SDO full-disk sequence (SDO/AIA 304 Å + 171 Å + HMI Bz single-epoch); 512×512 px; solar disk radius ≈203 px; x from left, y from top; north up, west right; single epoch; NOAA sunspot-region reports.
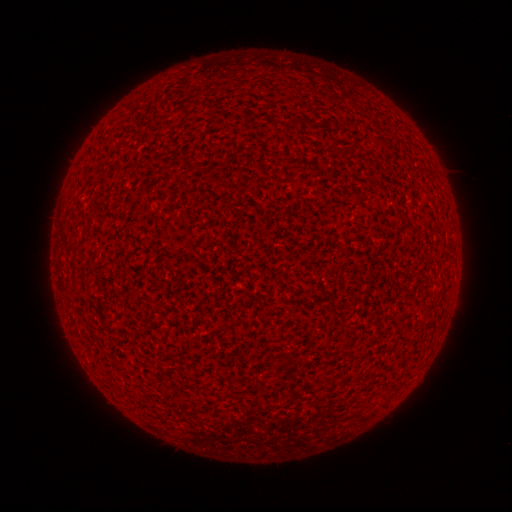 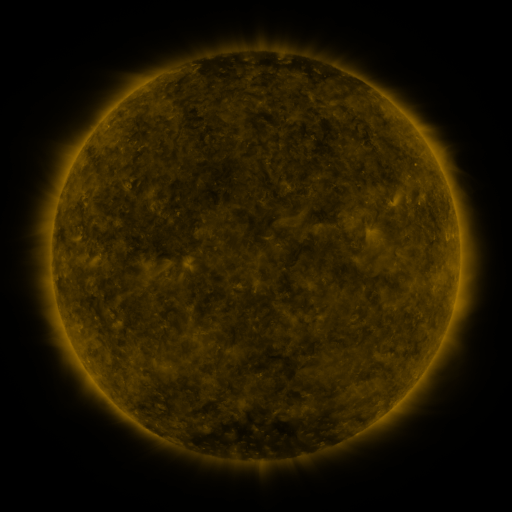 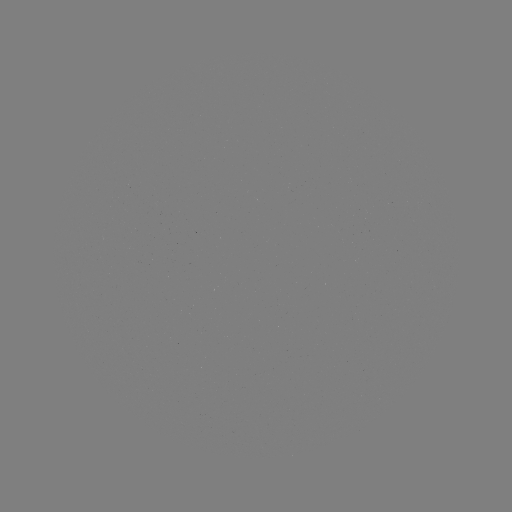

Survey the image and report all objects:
(none)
